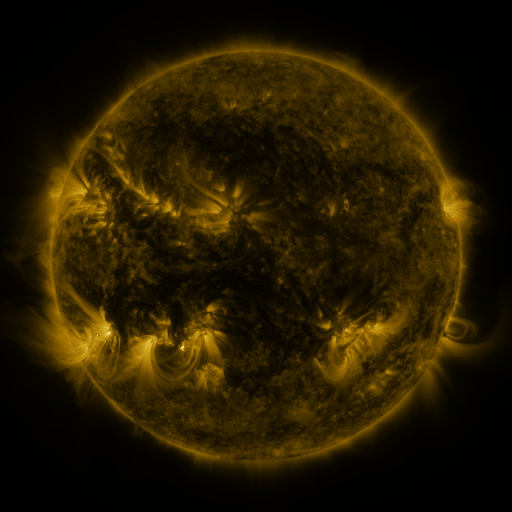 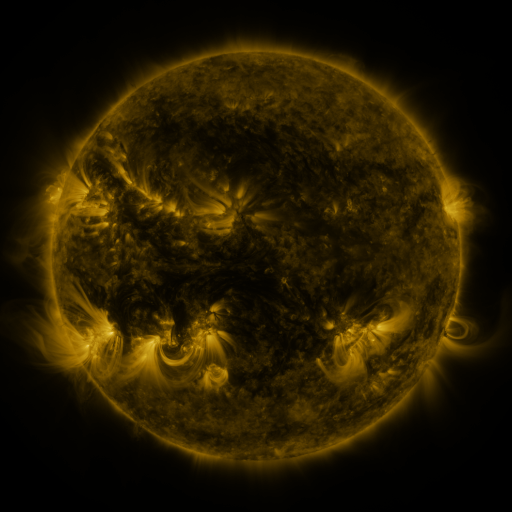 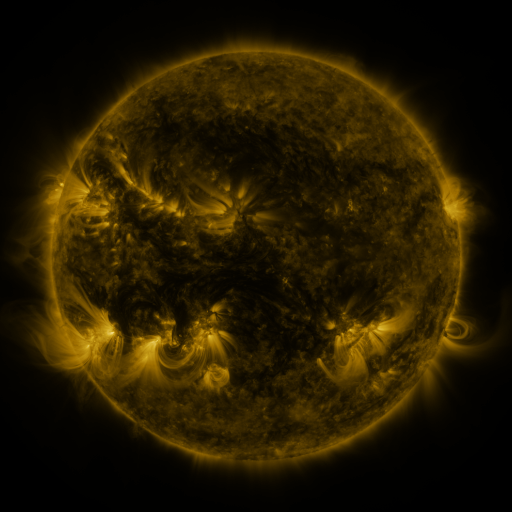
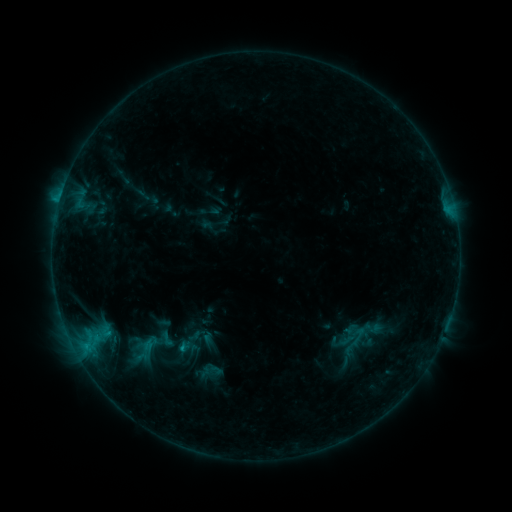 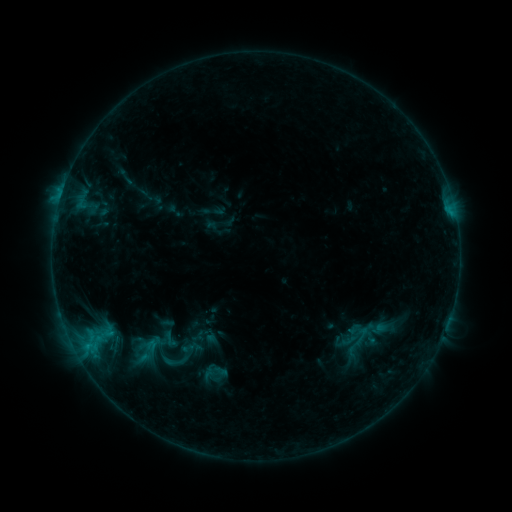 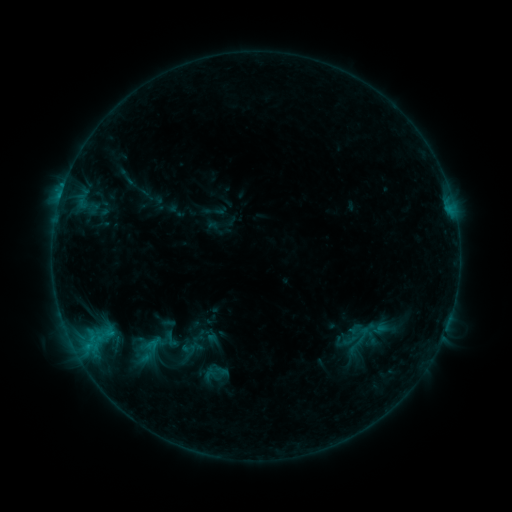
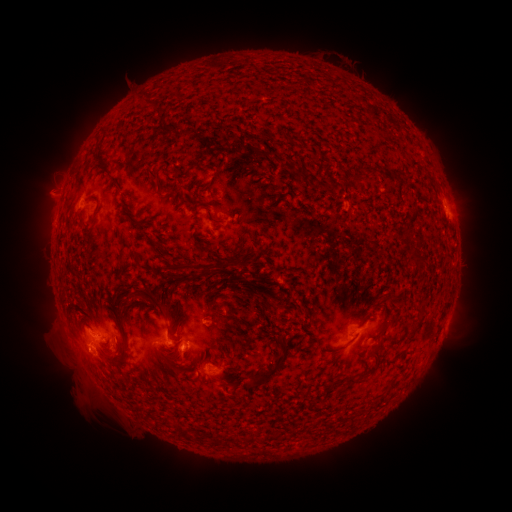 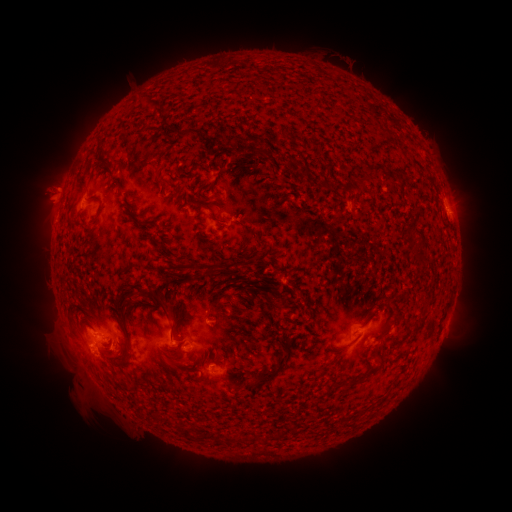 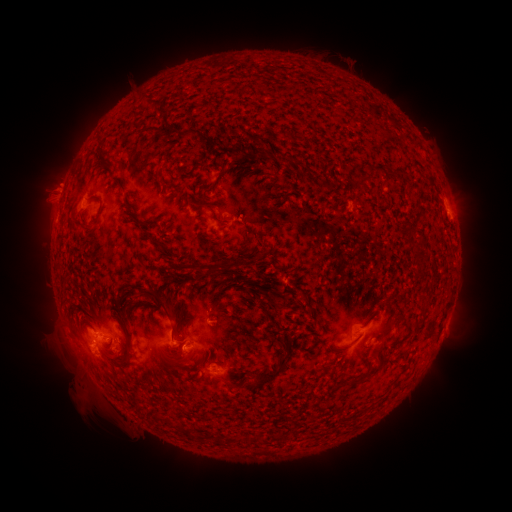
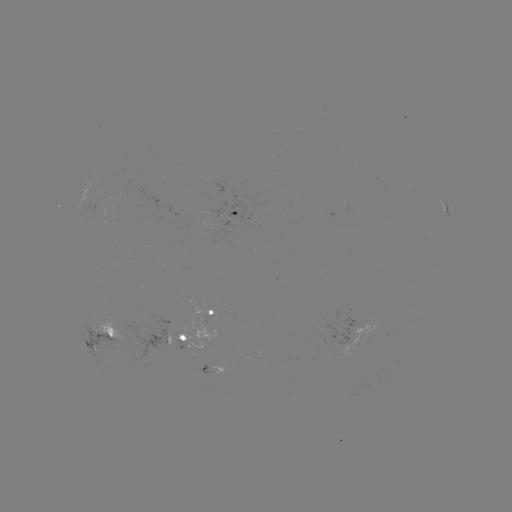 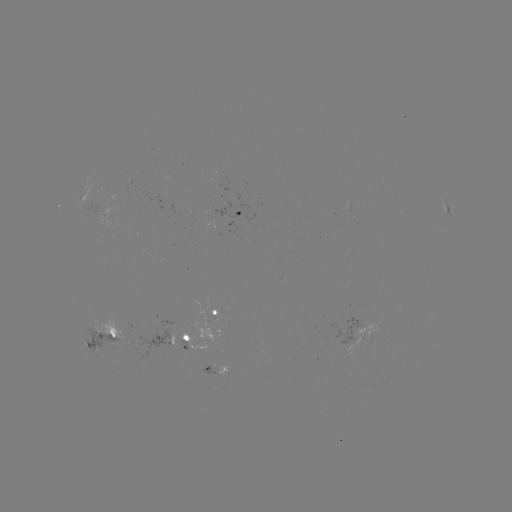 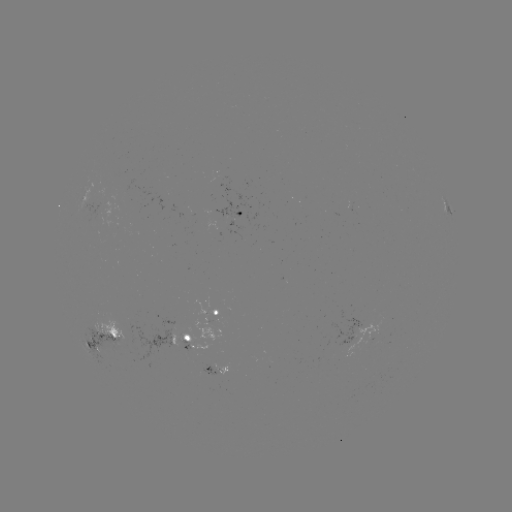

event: emerging-flux region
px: (99, 203)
